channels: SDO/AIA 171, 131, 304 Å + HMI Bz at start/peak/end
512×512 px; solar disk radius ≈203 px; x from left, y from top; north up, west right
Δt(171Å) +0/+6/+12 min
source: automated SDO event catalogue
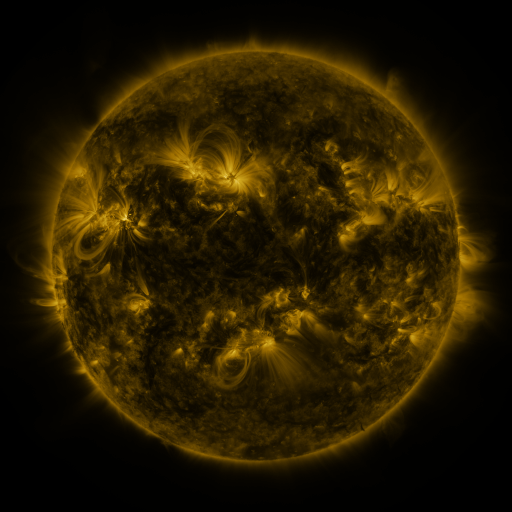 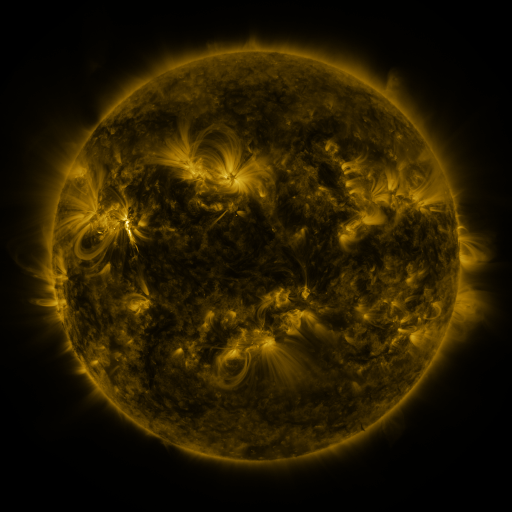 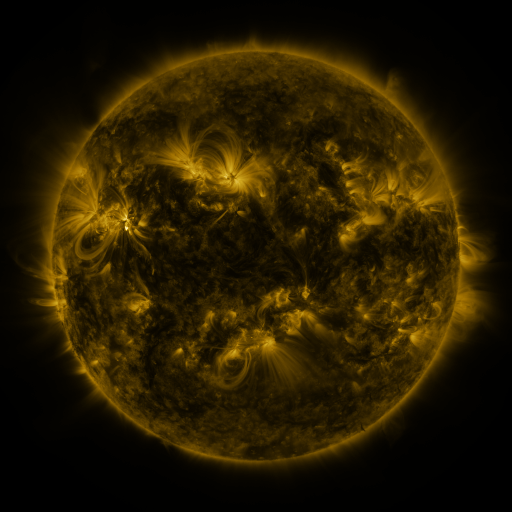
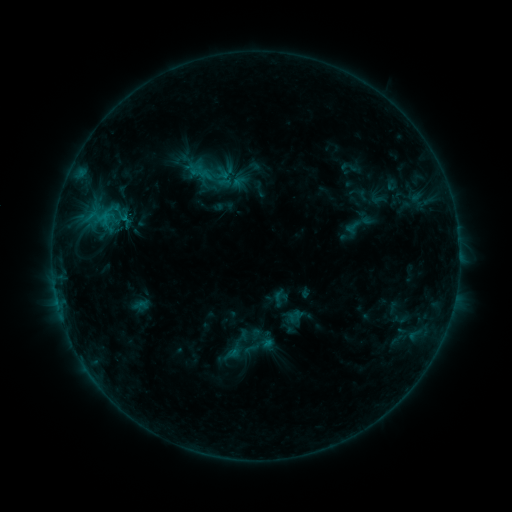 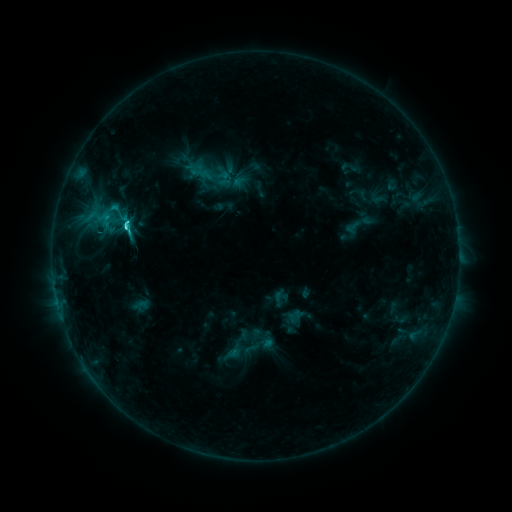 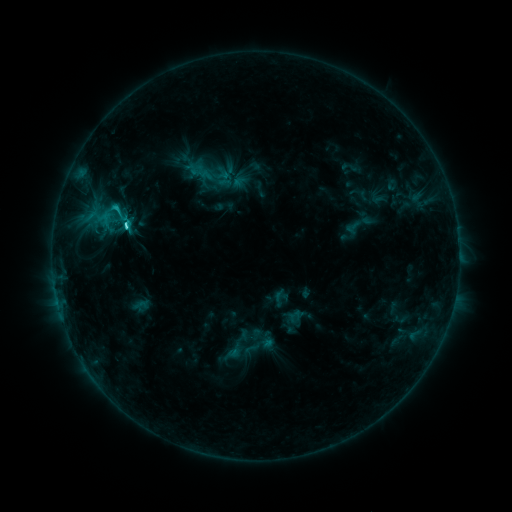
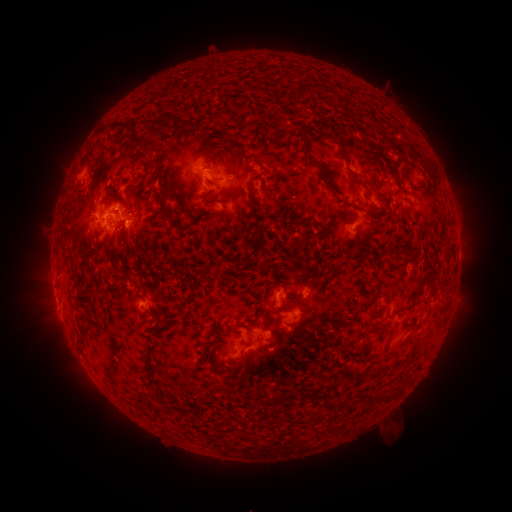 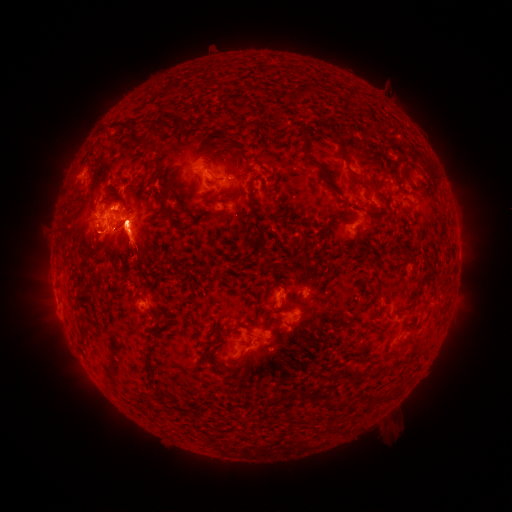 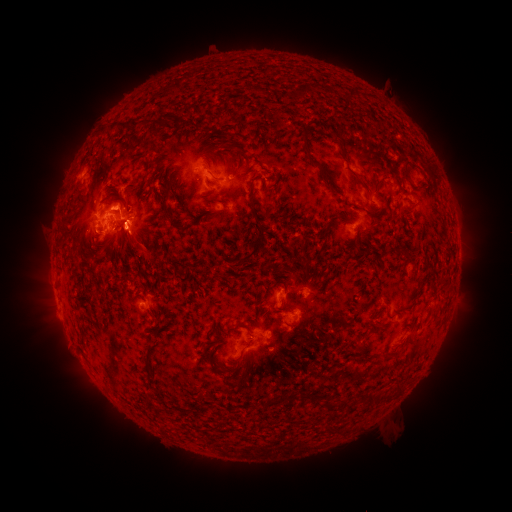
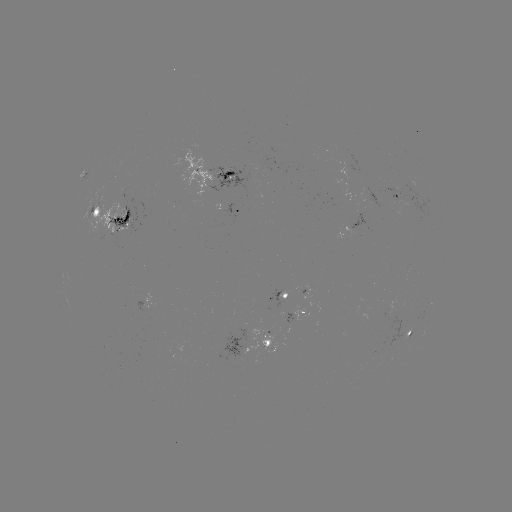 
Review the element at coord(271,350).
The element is eruption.